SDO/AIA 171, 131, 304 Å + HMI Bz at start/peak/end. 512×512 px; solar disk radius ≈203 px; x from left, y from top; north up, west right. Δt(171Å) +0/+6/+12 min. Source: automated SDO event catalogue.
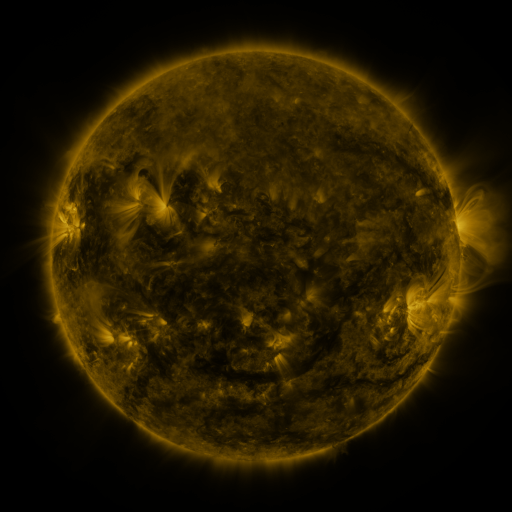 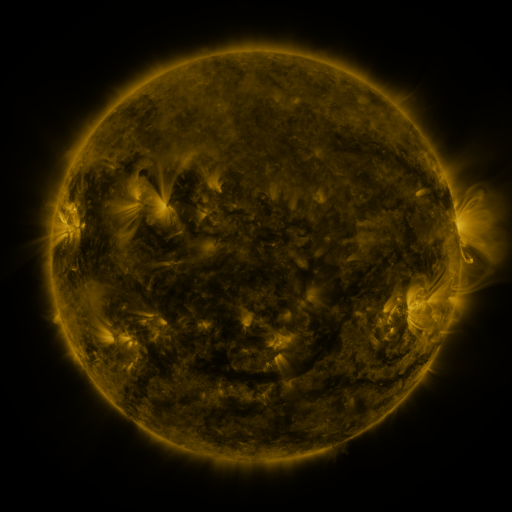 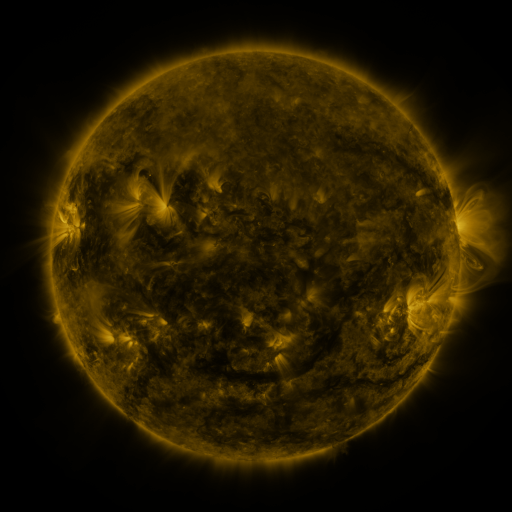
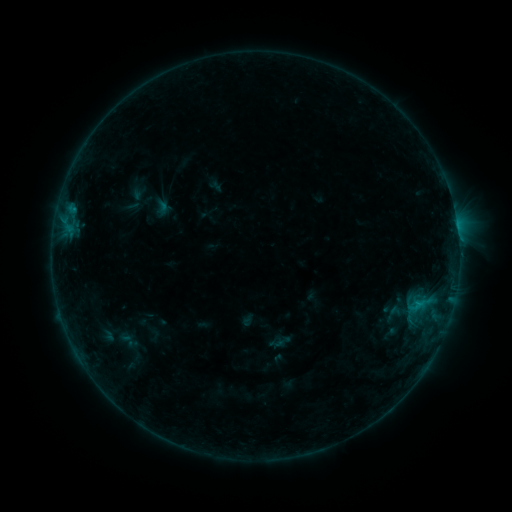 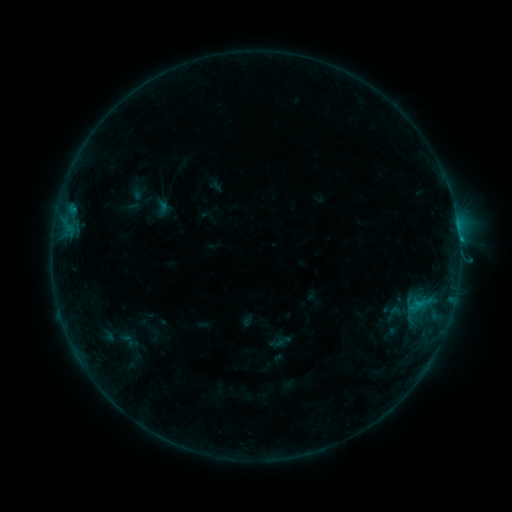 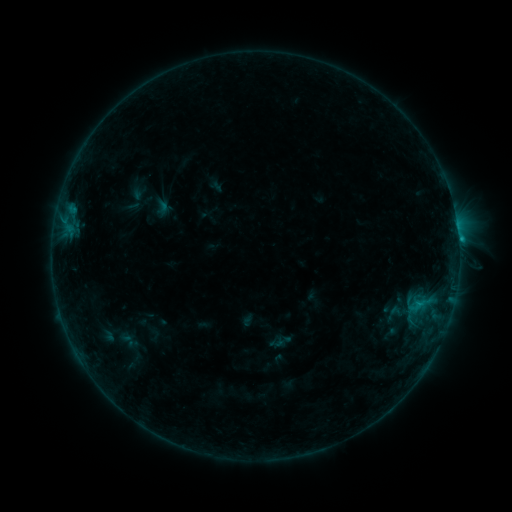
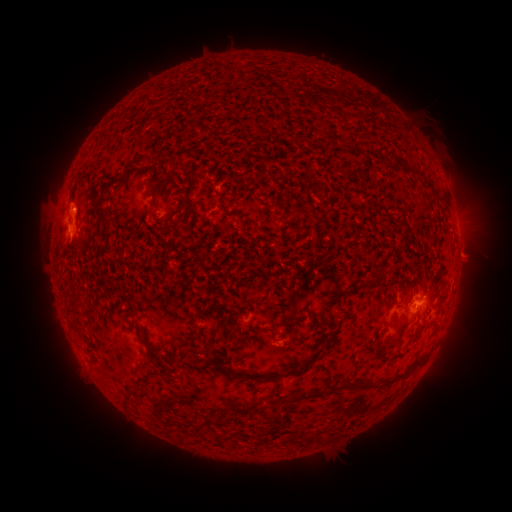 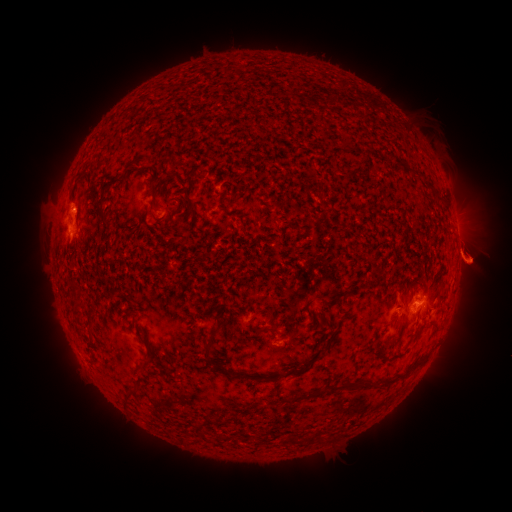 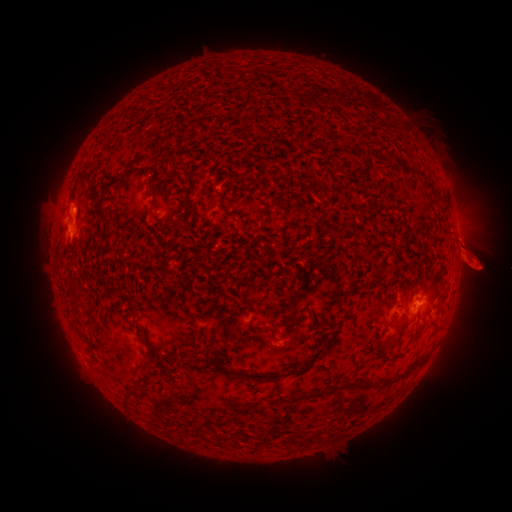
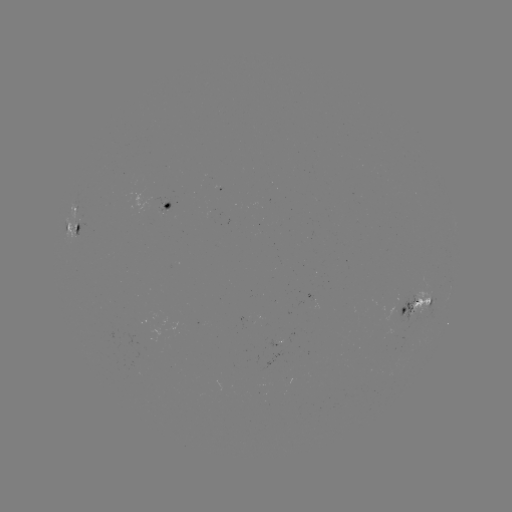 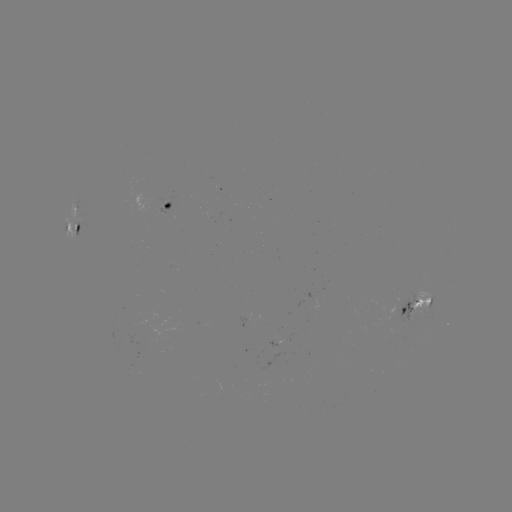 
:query eruption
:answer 477,261